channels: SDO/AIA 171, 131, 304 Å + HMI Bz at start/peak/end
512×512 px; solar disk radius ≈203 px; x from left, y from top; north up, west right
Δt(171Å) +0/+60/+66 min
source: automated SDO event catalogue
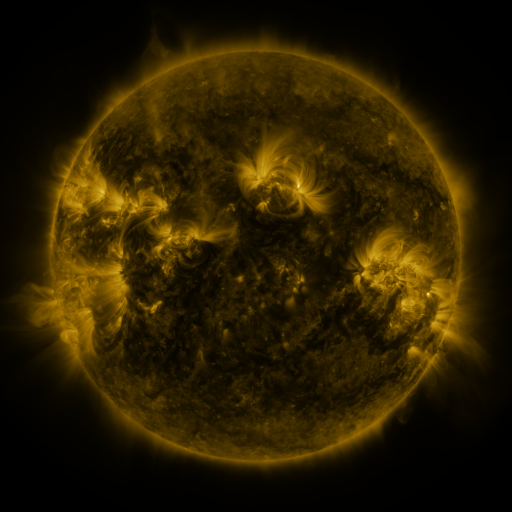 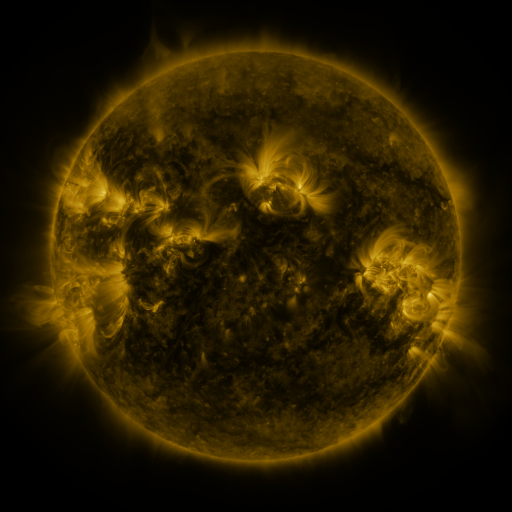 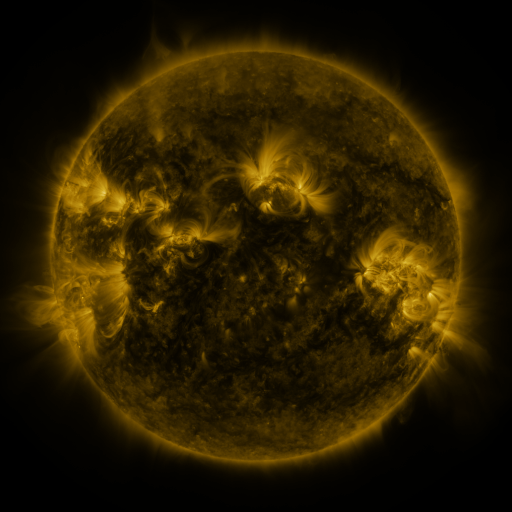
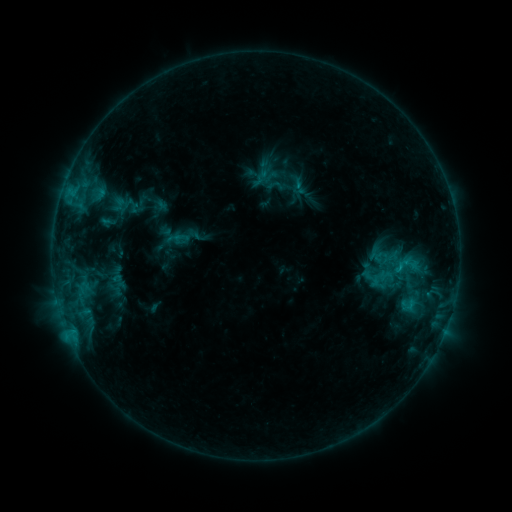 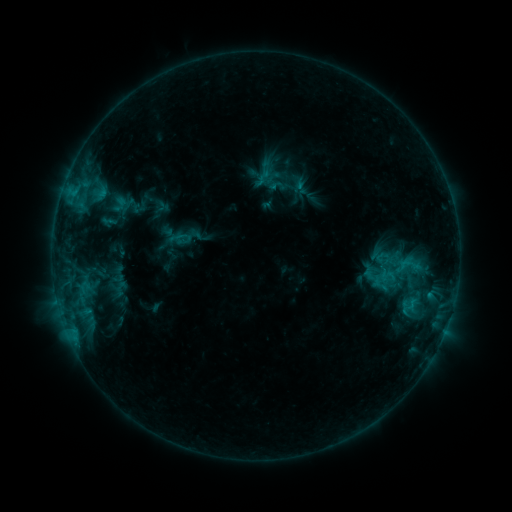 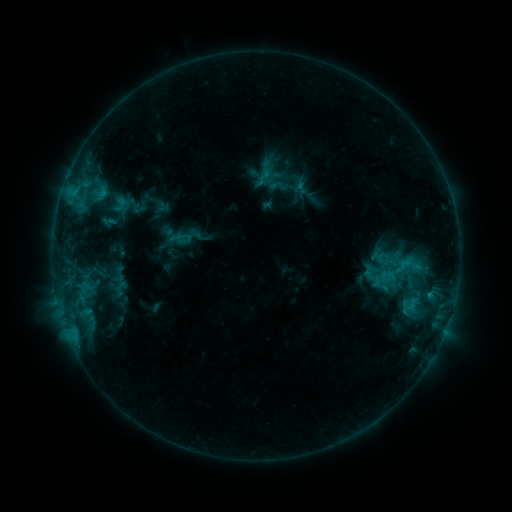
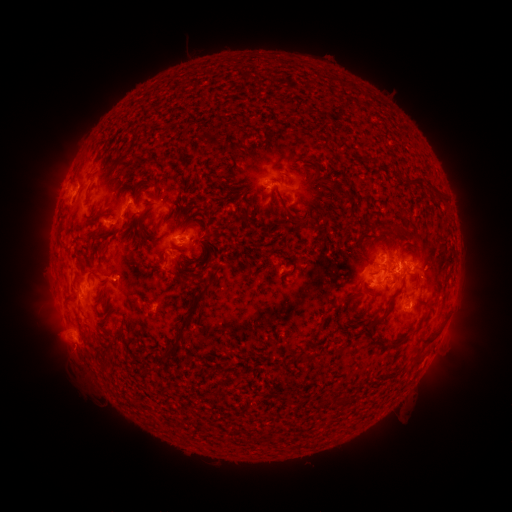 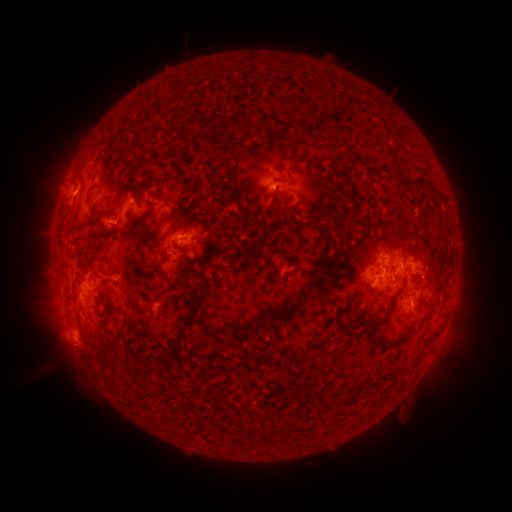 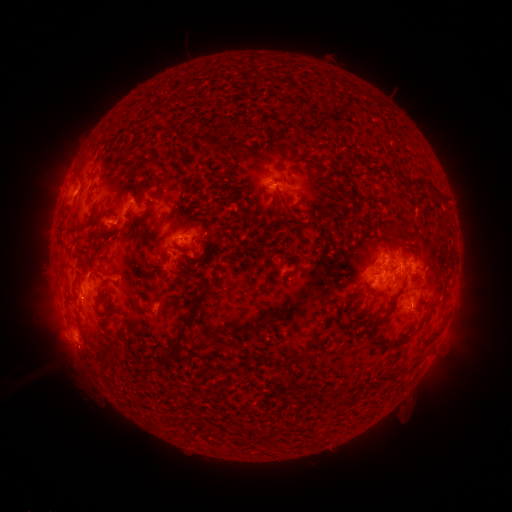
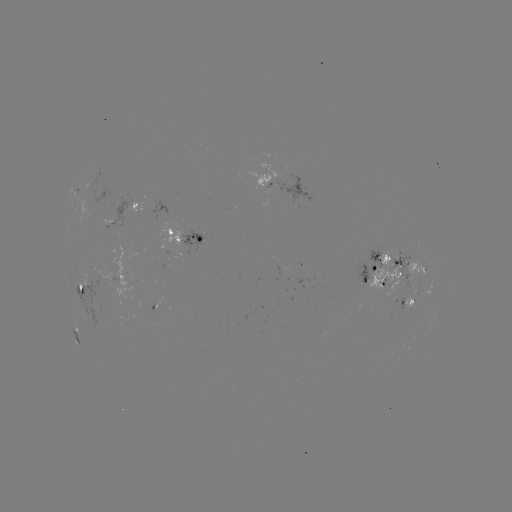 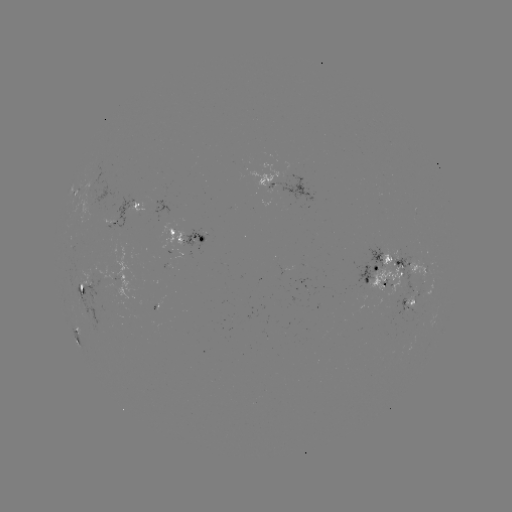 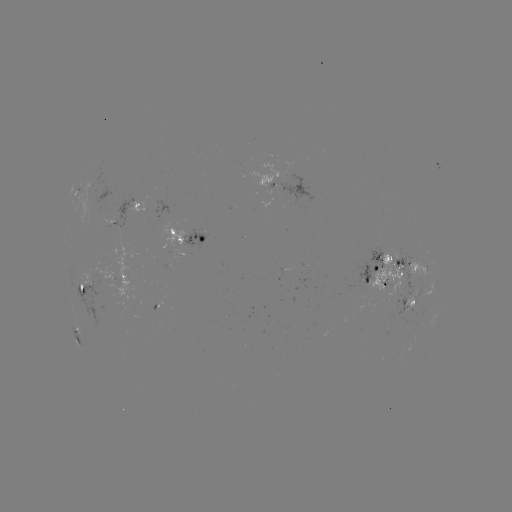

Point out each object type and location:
emerging-flux region: (411, 296)
